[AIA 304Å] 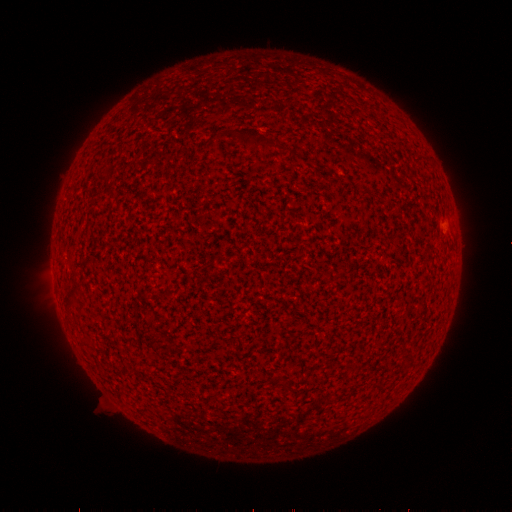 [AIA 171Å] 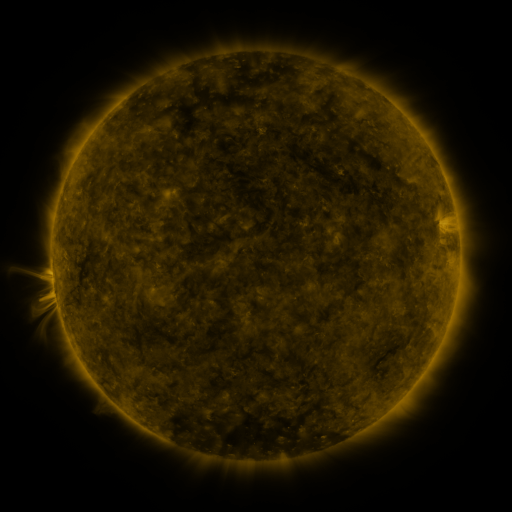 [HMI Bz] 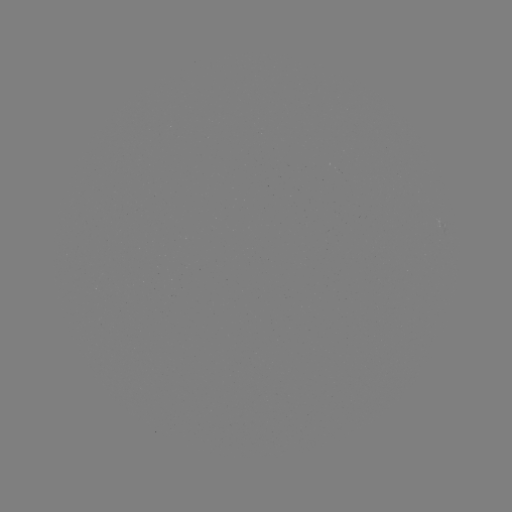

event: spotted active region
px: (443, 221)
